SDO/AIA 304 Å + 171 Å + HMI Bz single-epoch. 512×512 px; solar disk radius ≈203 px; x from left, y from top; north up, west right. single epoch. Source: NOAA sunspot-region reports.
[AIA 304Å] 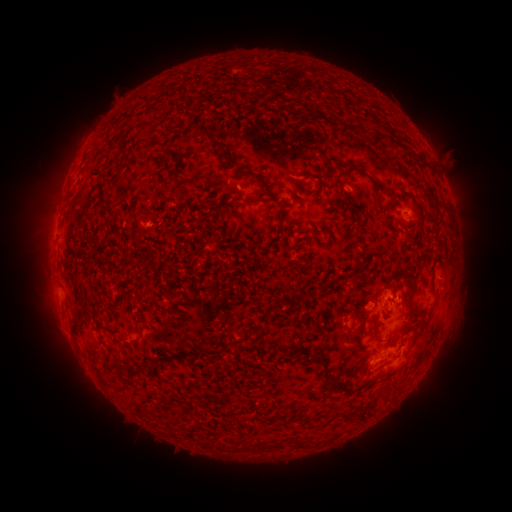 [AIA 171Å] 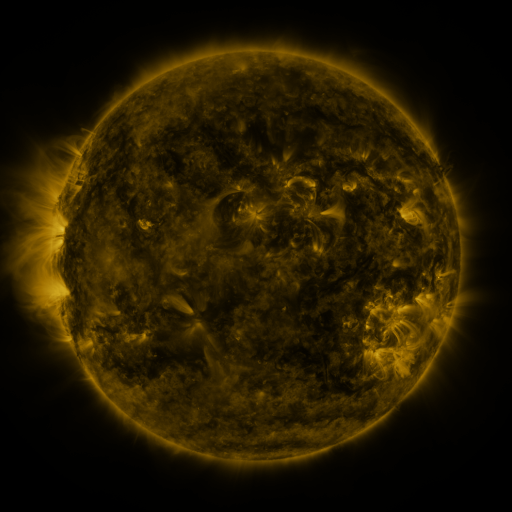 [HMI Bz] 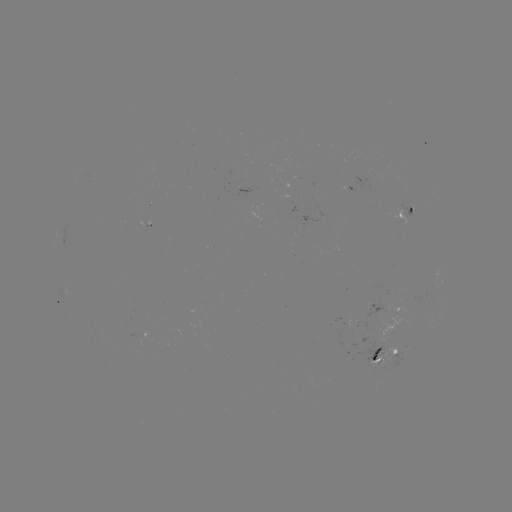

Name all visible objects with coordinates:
spotted active region: (405, 209)
spotted active region: (410, 280)
spotted active region: (388, 304)
spotted active region: (389, 351)
